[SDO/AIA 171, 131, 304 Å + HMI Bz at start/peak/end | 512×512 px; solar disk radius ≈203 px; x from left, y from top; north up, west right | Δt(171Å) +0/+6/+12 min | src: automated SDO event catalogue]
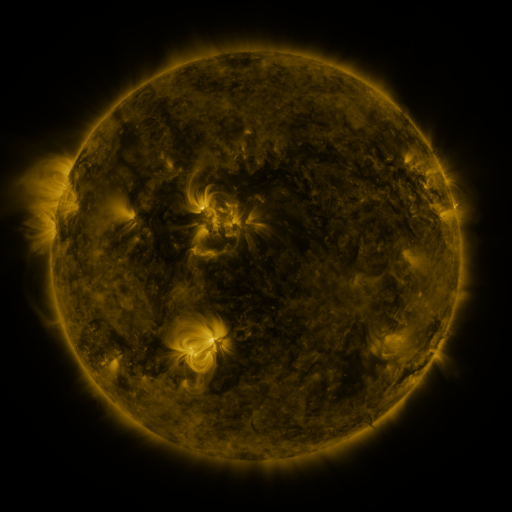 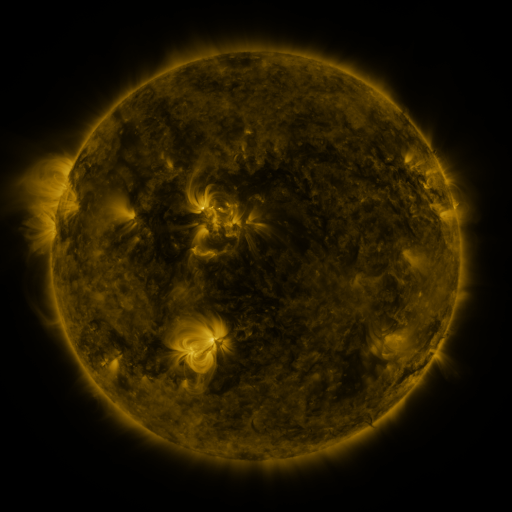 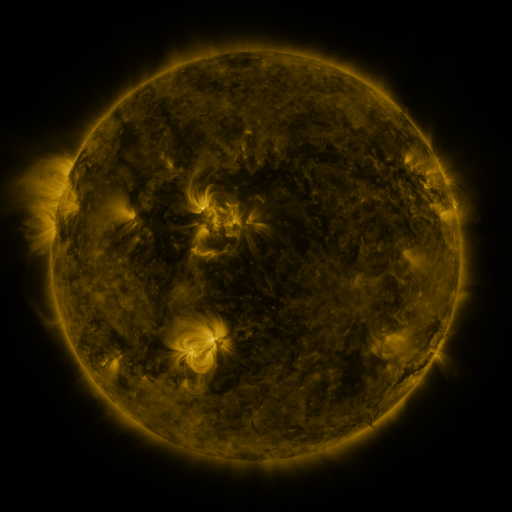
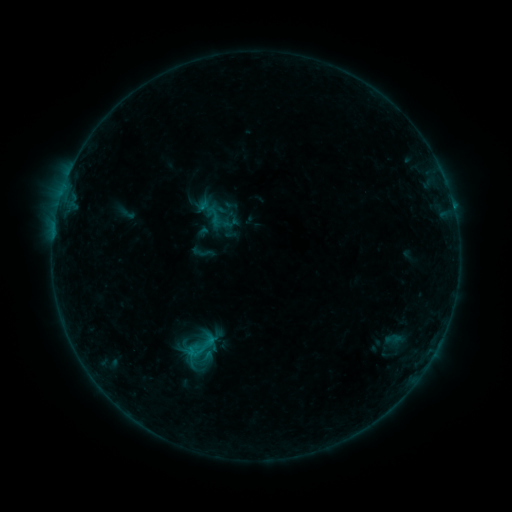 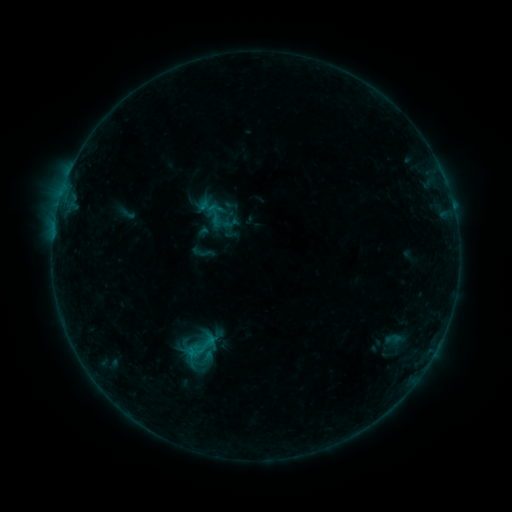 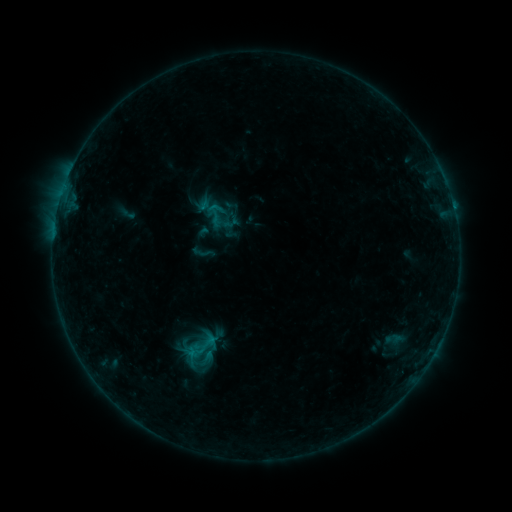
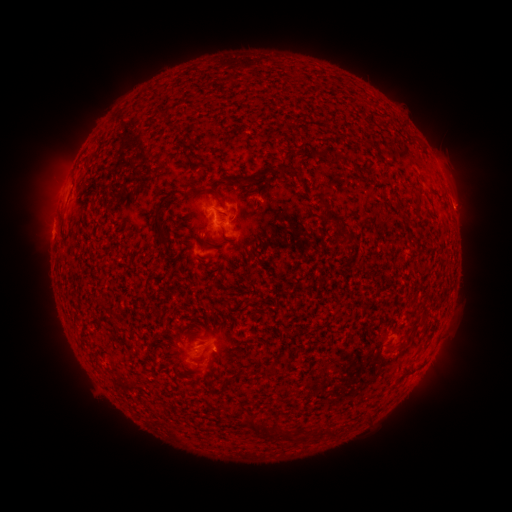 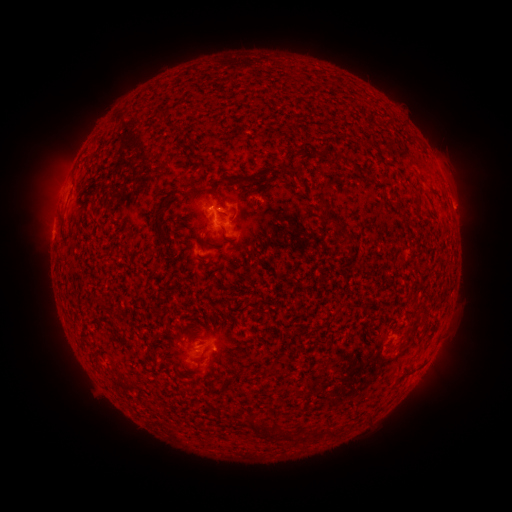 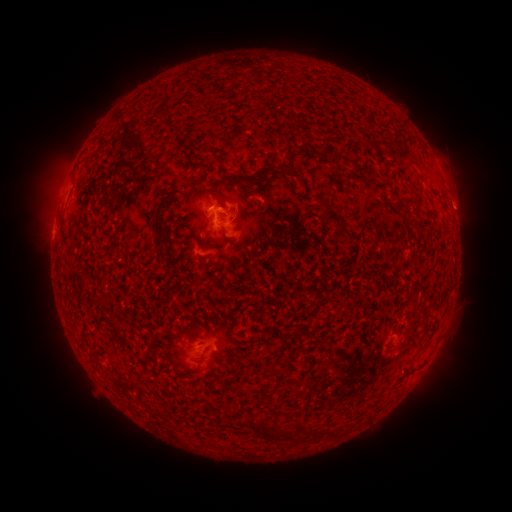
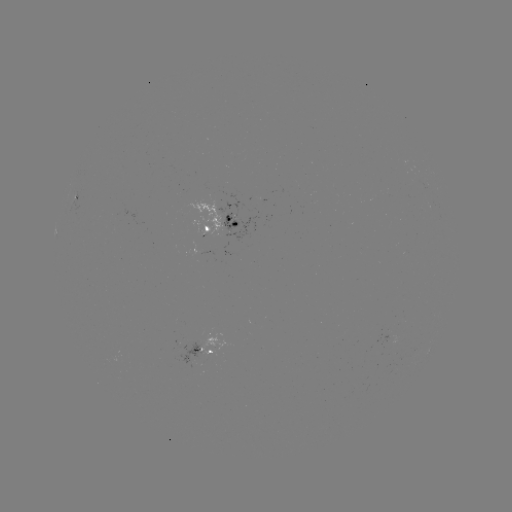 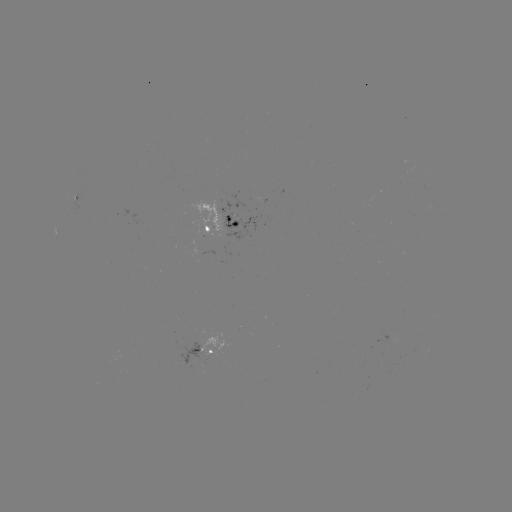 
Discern B3.7 flare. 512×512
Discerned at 212,209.